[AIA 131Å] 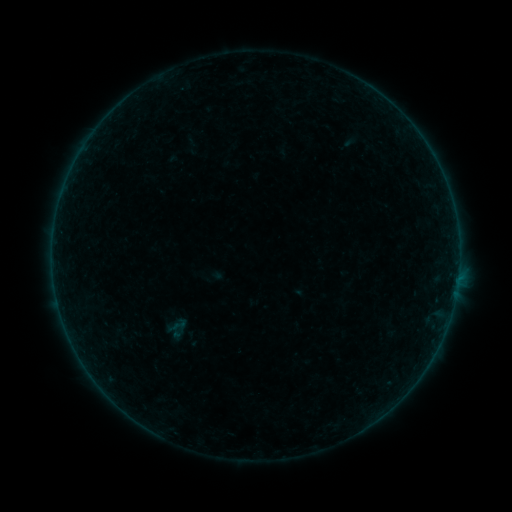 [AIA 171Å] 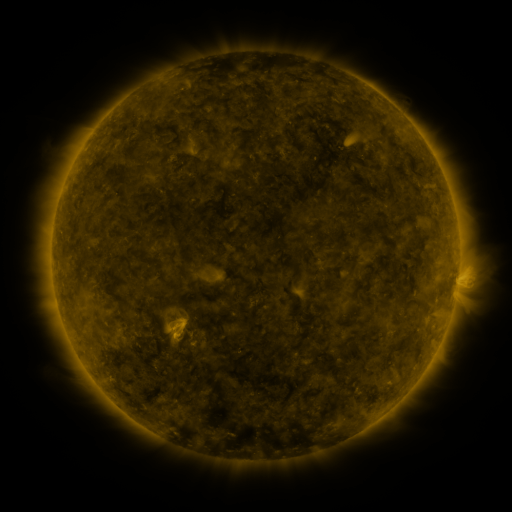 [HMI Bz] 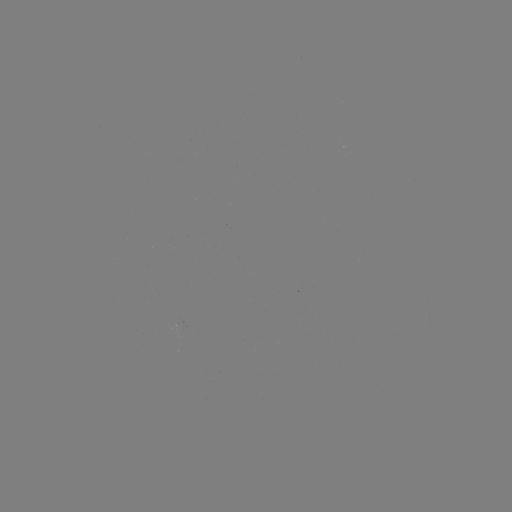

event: sigmoid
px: (179, 324)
